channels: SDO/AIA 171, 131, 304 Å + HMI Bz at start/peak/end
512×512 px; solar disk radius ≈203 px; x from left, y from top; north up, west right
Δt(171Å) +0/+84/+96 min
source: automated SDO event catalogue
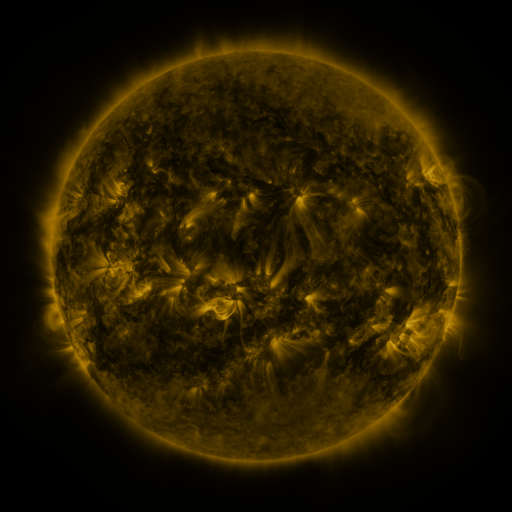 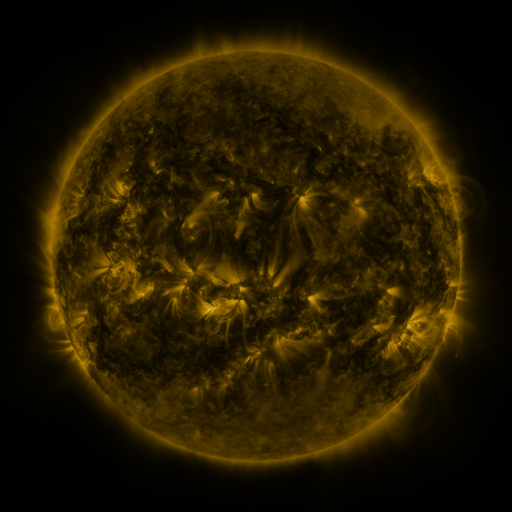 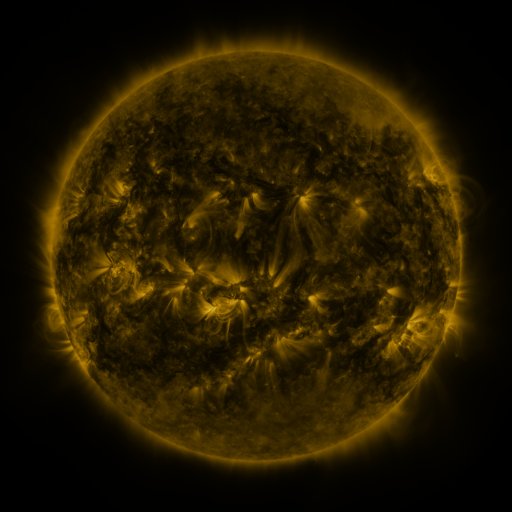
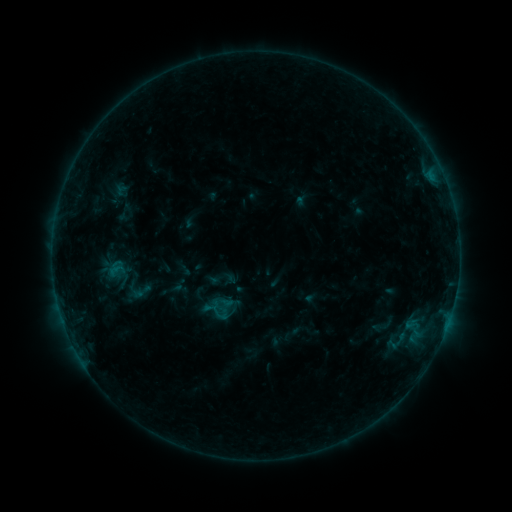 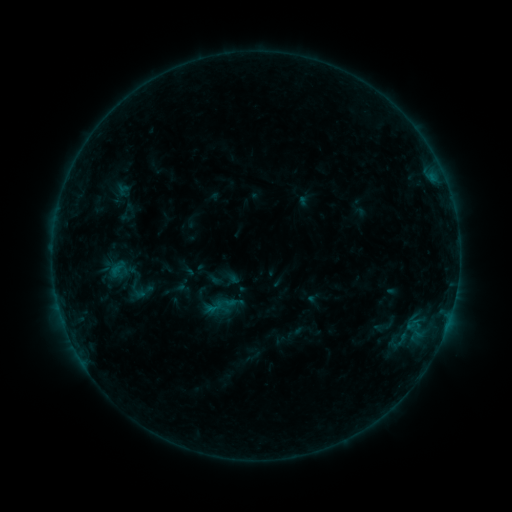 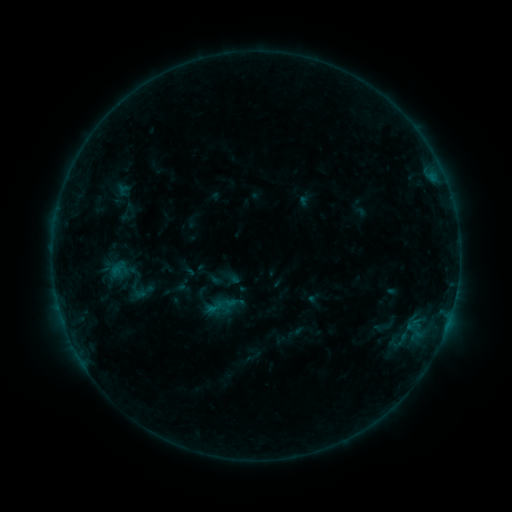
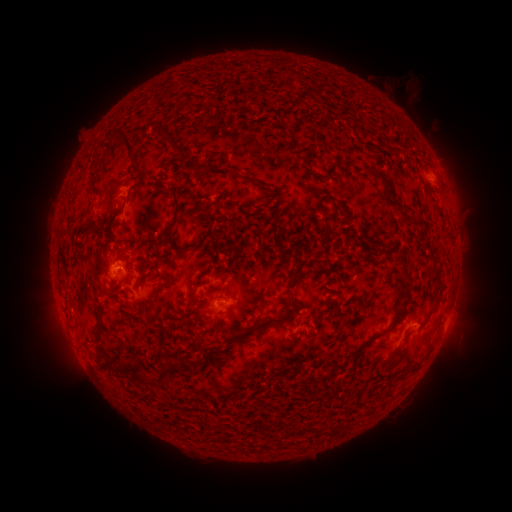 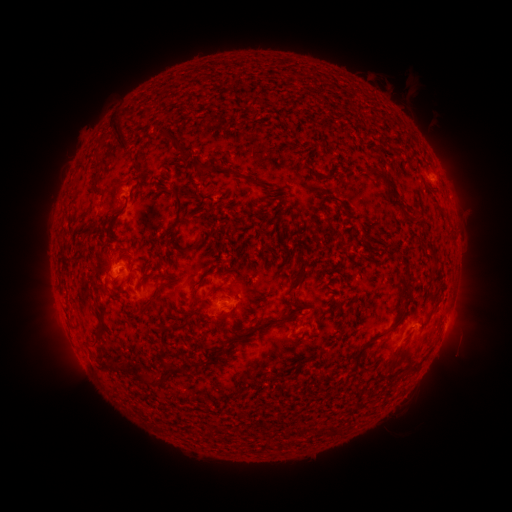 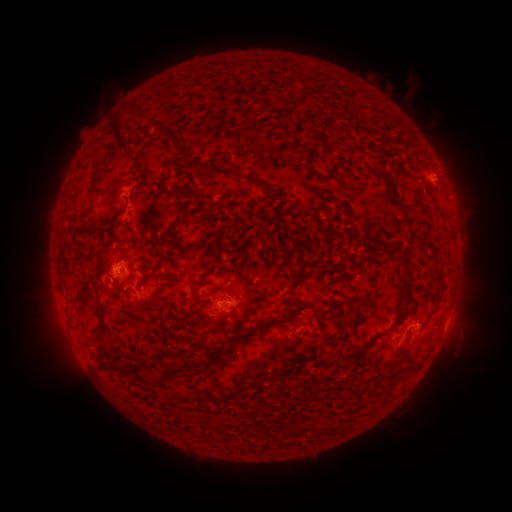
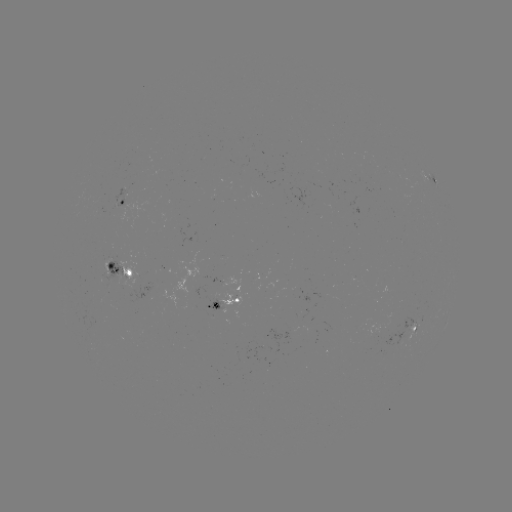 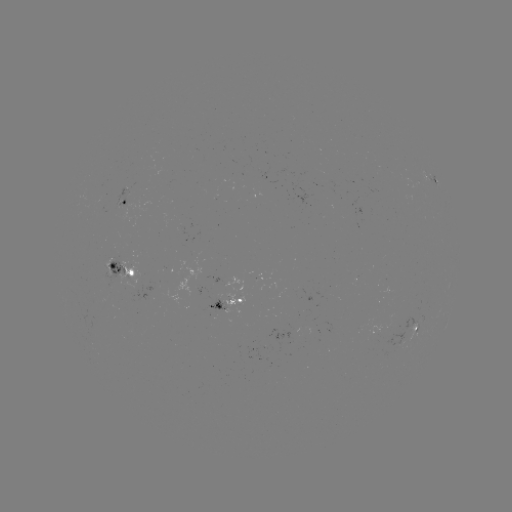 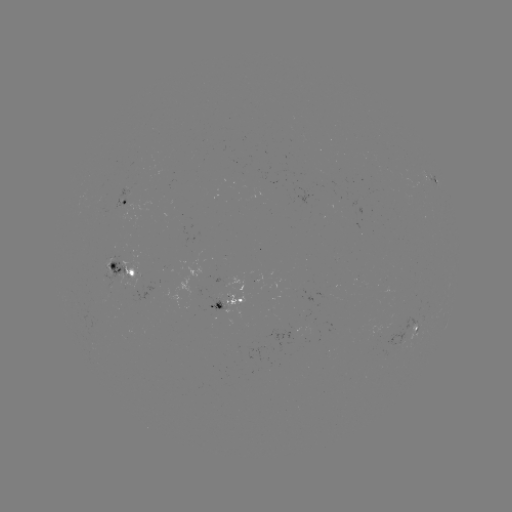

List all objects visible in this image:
emerging-flux region: (109, 261)
